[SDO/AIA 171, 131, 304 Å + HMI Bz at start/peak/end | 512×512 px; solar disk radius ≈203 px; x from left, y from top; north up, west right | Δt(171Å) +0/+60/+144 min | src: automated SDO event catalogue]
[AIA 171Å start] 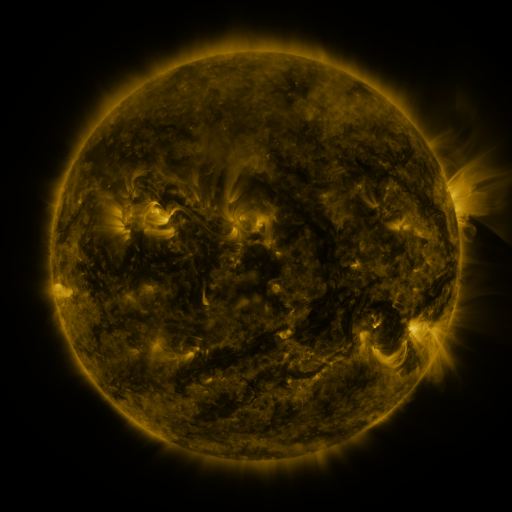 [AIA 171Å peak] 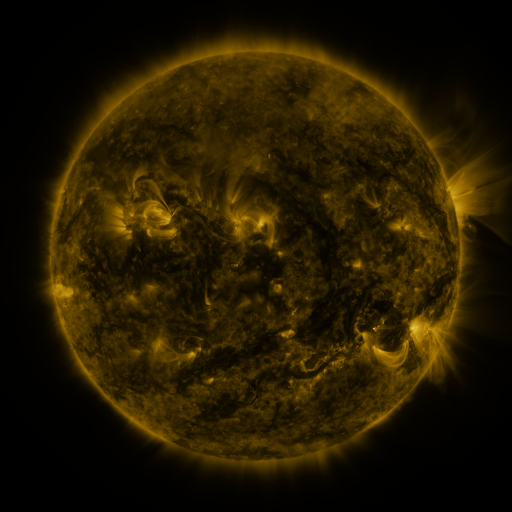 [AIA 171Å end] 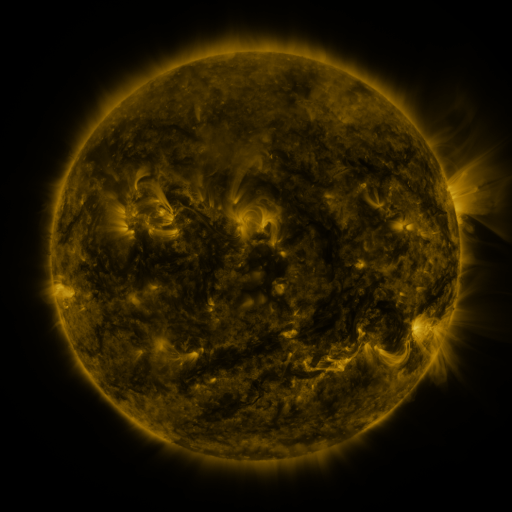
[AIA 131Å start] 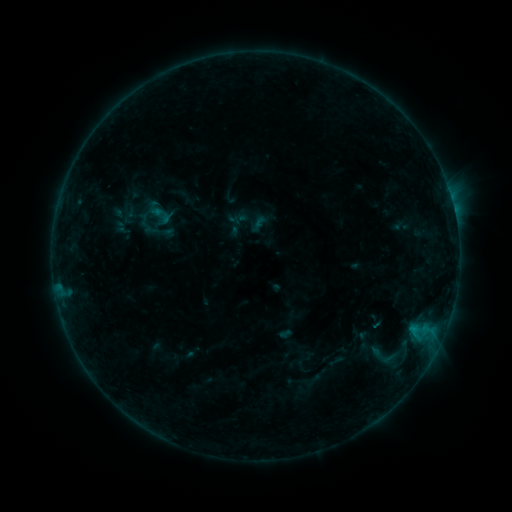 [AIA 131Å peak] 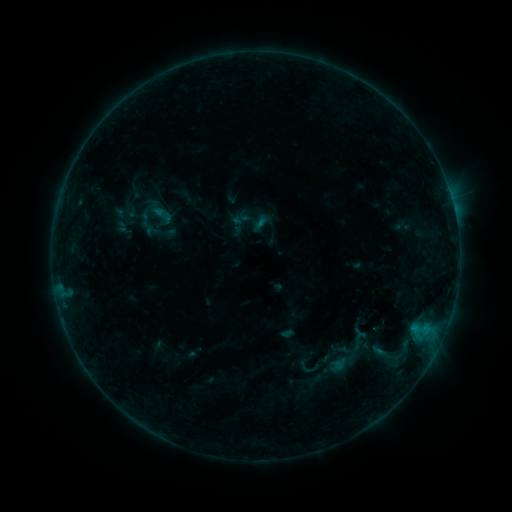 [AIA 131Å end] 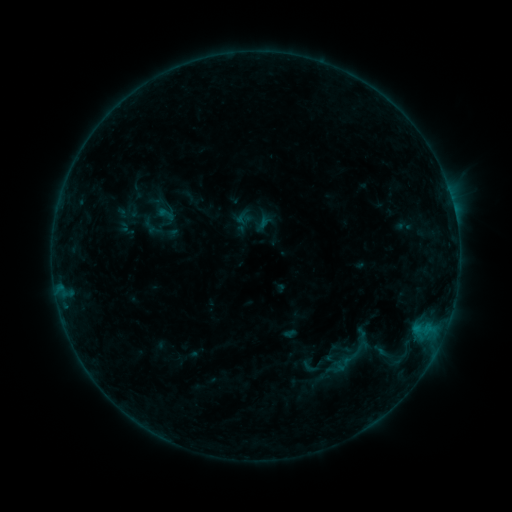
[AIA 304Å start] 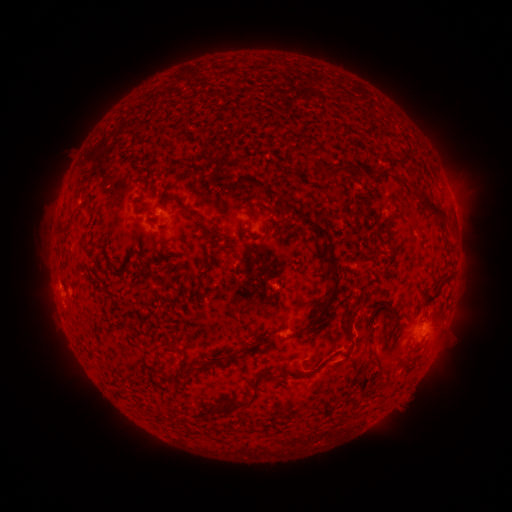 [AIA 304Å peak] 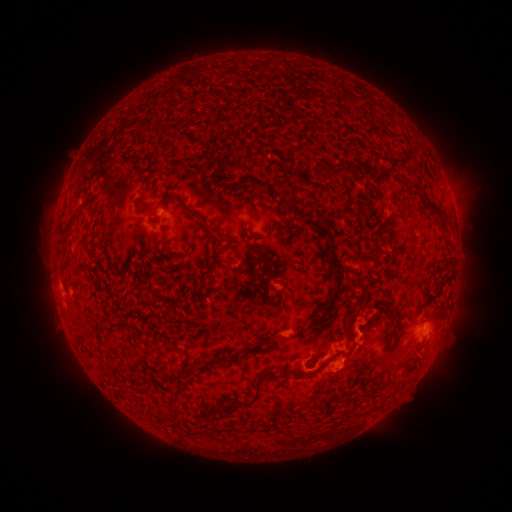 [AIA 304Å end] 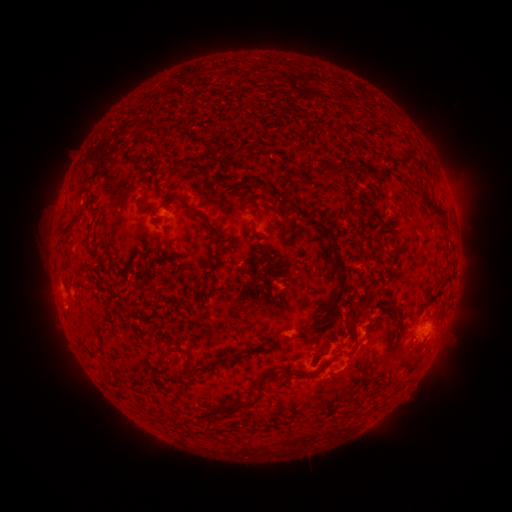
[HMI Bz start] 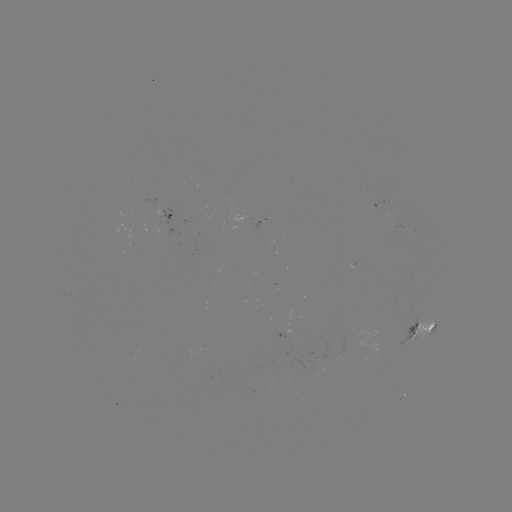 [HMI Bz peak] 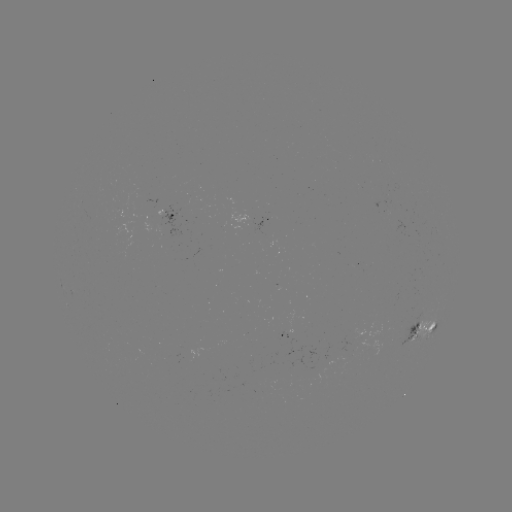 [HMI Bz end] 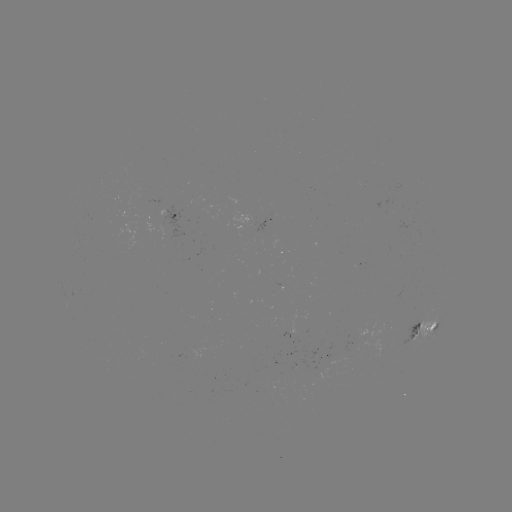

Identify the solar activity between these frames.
B7.0 flare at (259, 225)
